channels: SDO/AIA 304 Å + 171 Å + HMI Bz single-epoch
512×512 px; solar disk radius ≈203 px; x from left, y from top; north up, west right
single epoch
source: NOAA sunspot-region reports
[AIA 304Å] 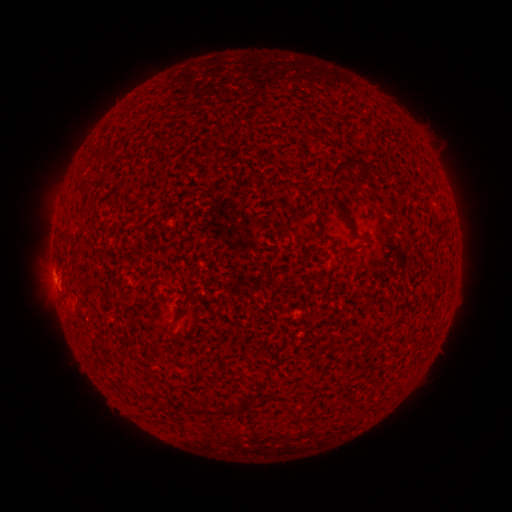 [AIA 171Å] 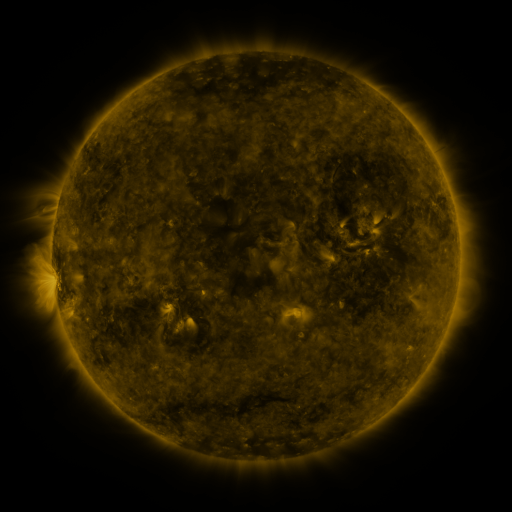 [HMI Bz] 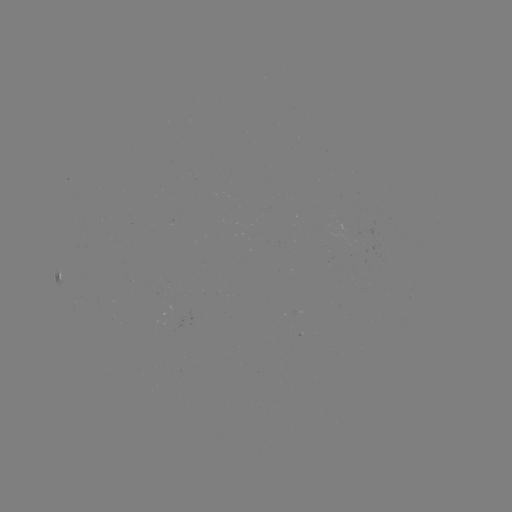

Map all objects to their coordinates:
spotted active region: (57, 276)
